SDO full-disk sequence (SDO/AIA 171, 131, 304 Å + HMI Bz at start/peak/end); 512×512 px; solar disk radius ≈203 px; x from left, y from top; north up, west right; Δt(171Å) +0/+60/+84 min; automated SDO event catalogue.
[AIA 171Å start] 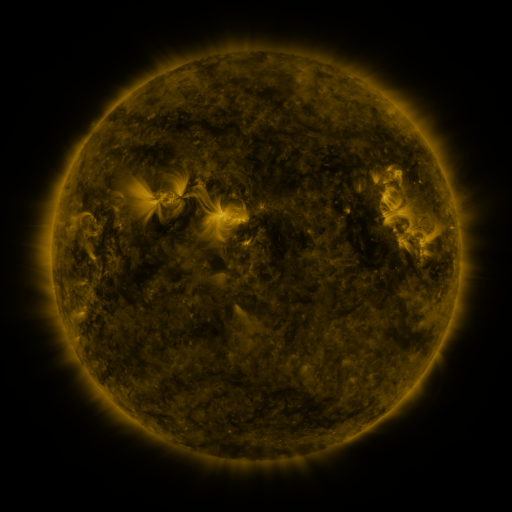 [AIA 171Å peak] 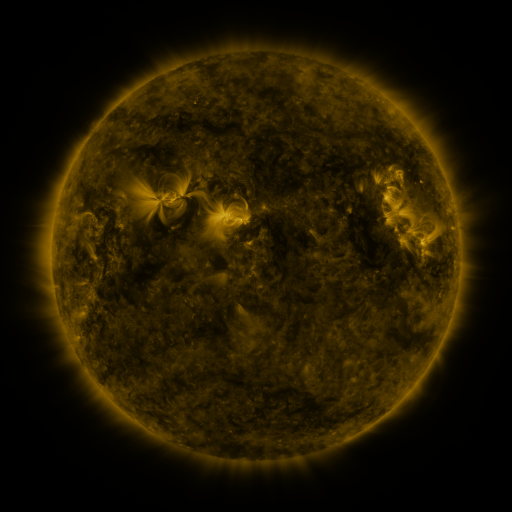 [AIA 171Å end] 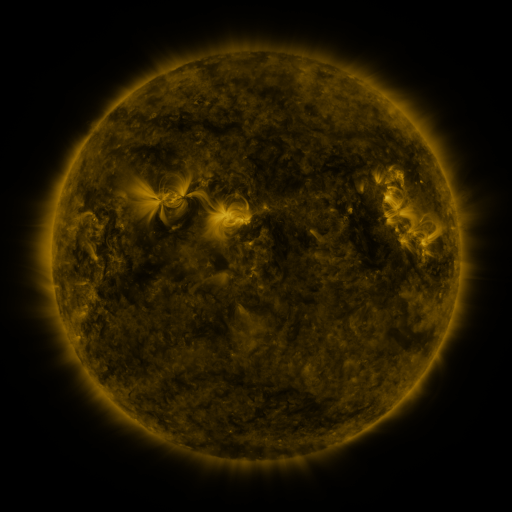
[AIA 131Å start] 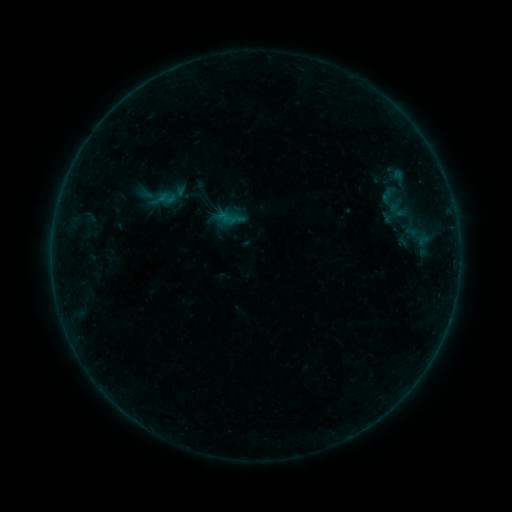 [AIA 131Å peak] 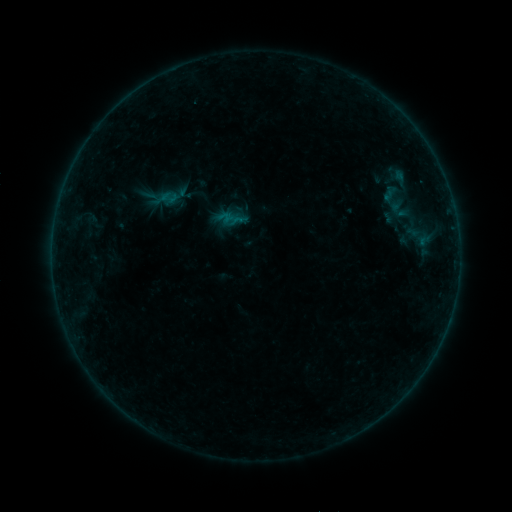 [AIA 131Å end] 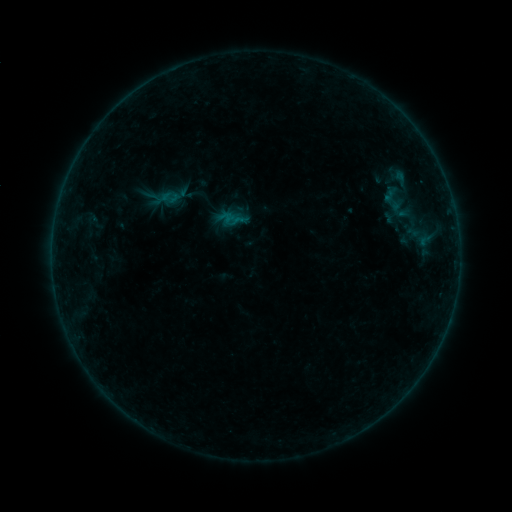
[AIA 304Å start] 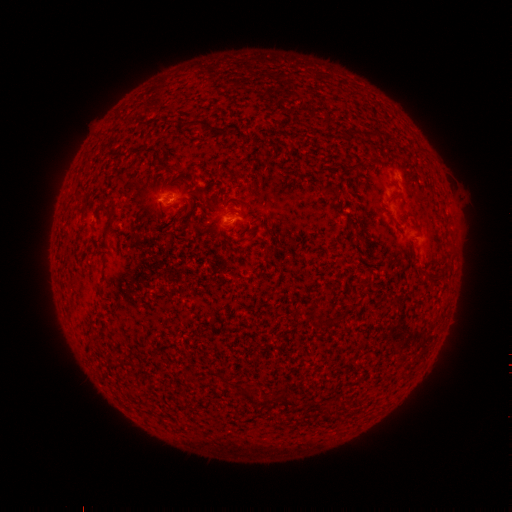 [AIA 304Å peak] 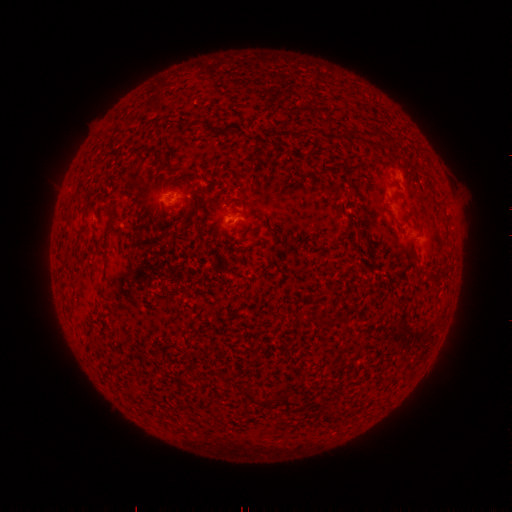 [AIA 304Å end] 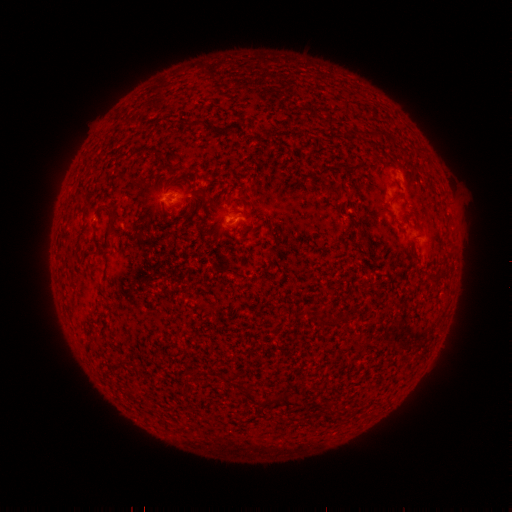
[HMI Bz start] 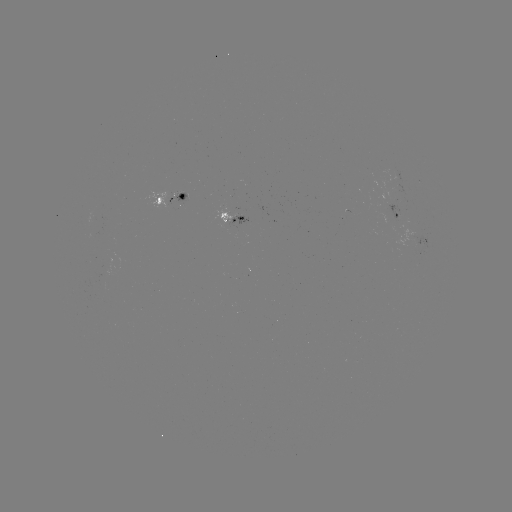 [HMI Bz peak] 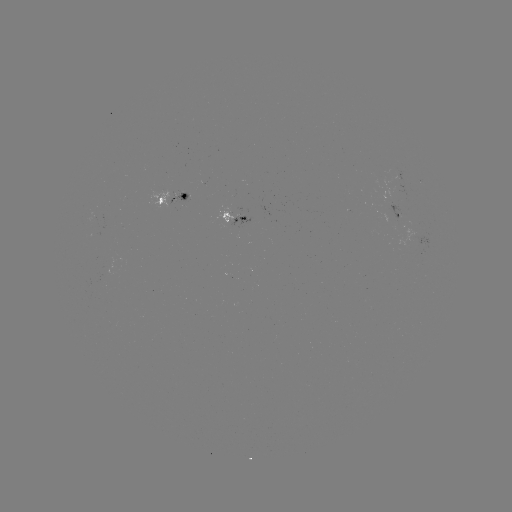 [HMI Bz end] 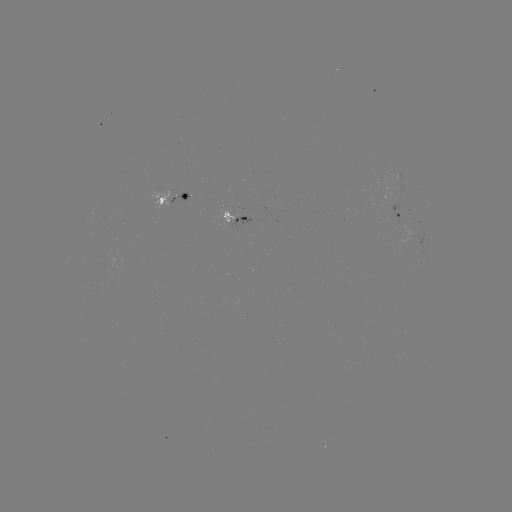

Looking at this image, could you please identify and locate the emerging-flux region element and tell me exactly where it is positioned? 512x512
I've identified emerging-flux region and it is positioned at [398, 214].